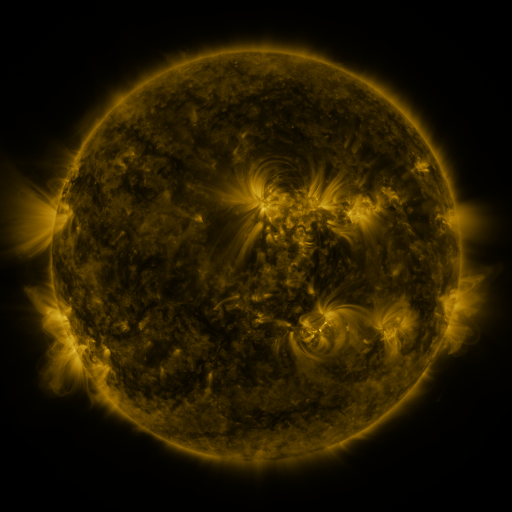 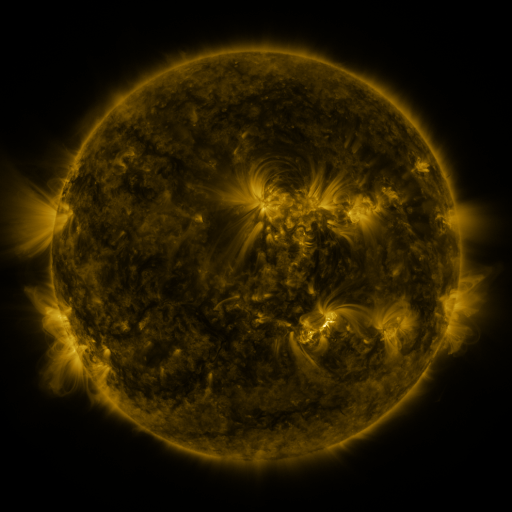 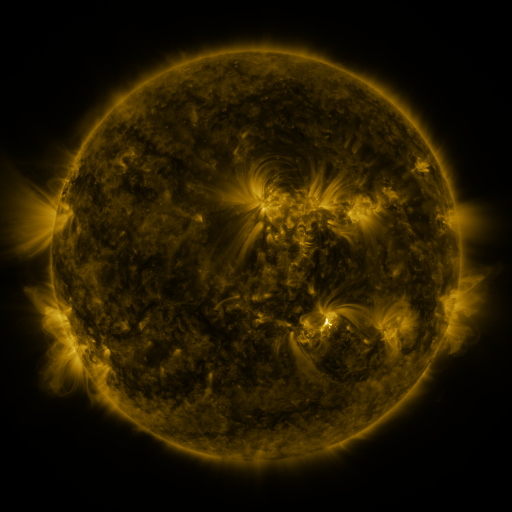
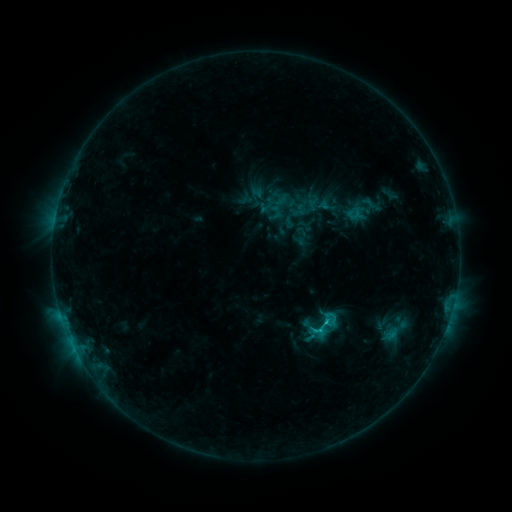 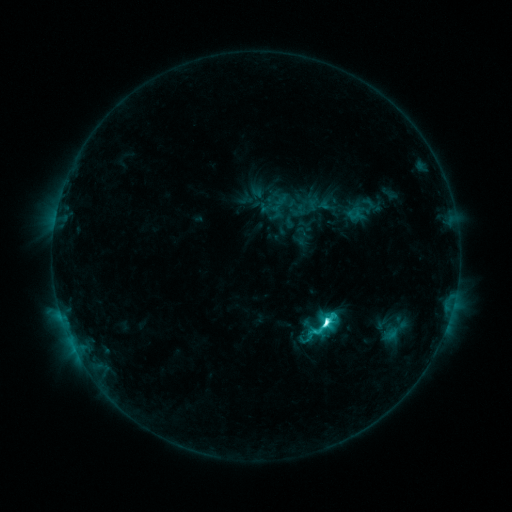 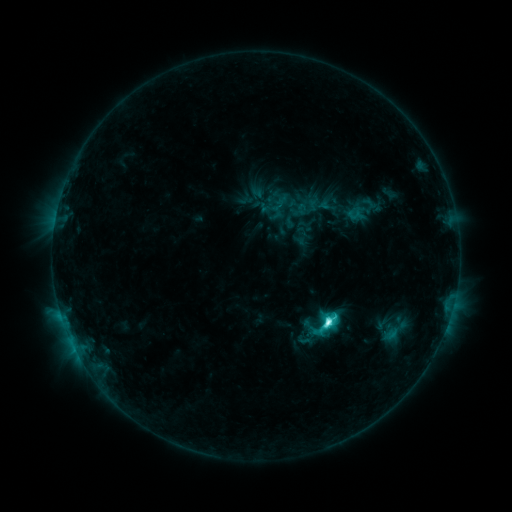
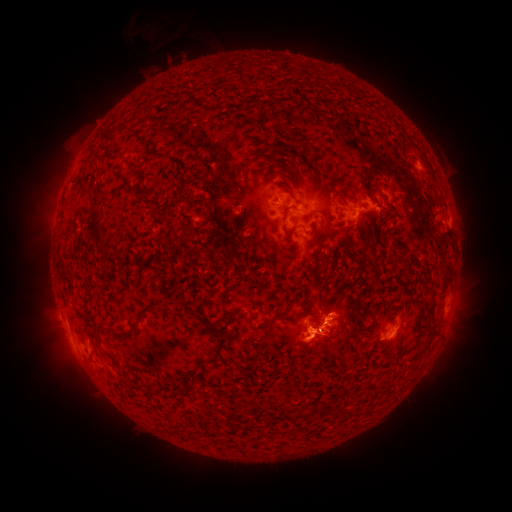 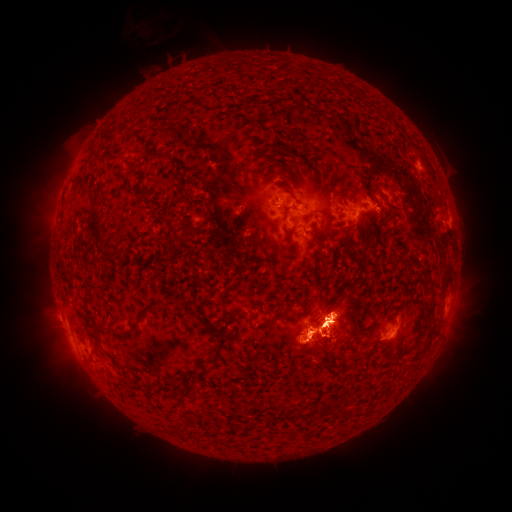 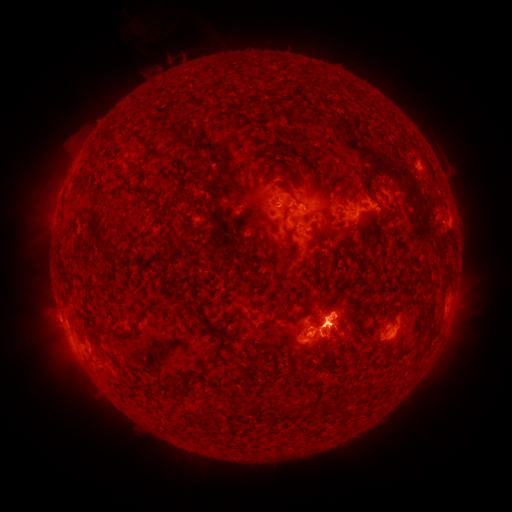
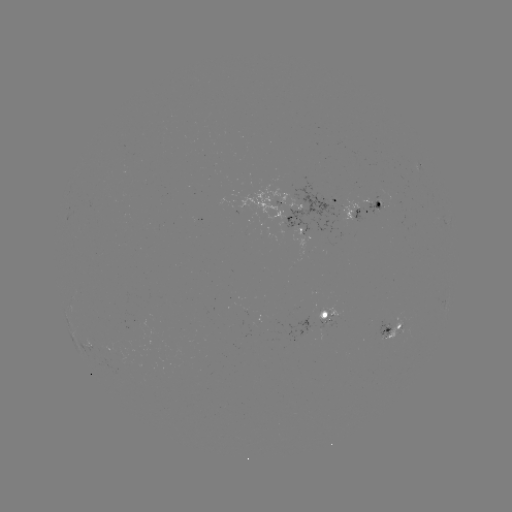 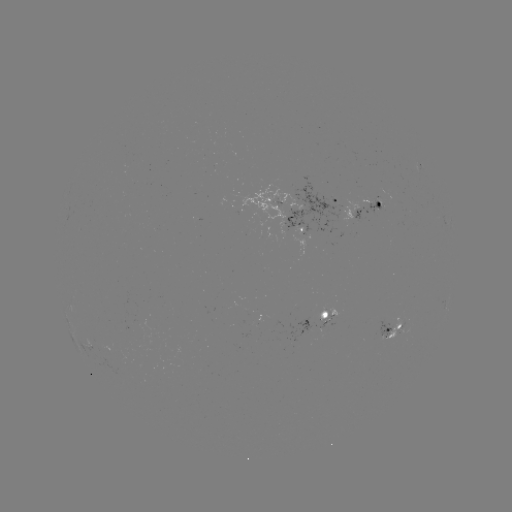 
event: eruption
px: (70, 358)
